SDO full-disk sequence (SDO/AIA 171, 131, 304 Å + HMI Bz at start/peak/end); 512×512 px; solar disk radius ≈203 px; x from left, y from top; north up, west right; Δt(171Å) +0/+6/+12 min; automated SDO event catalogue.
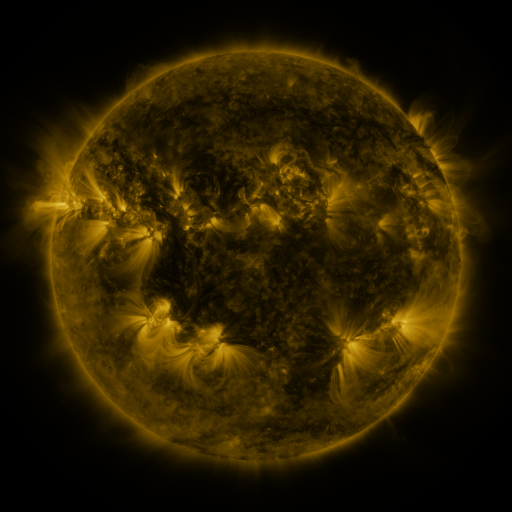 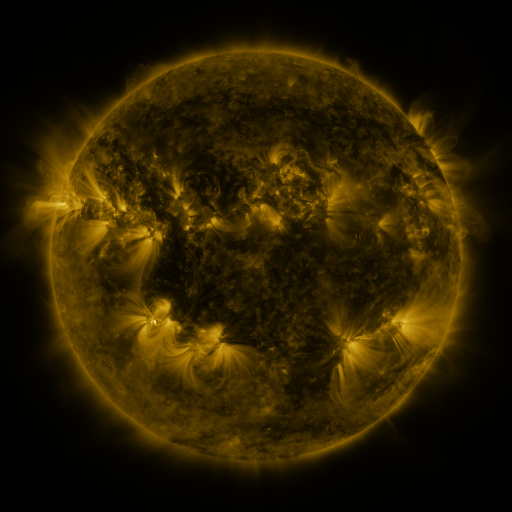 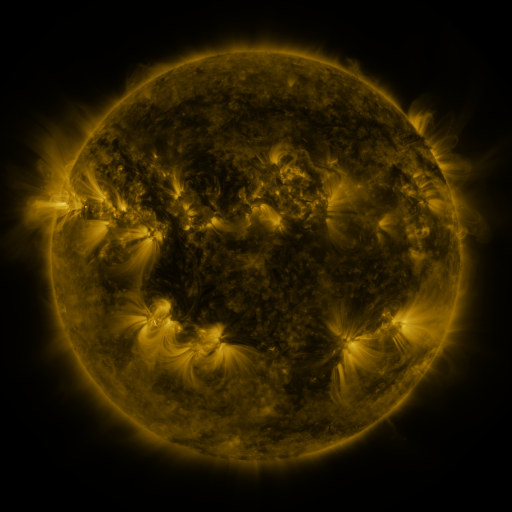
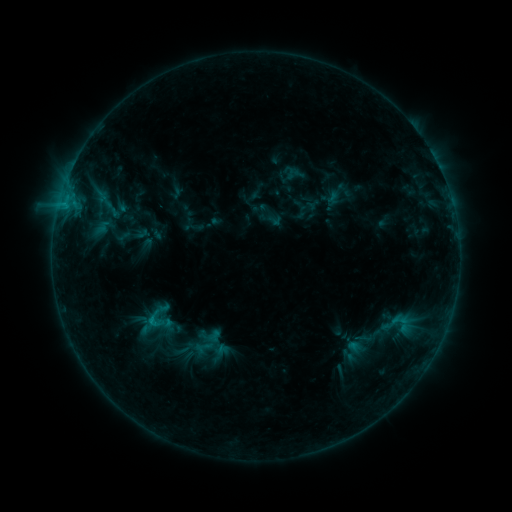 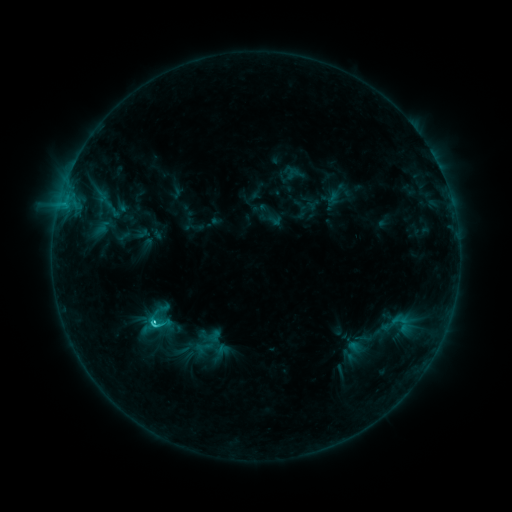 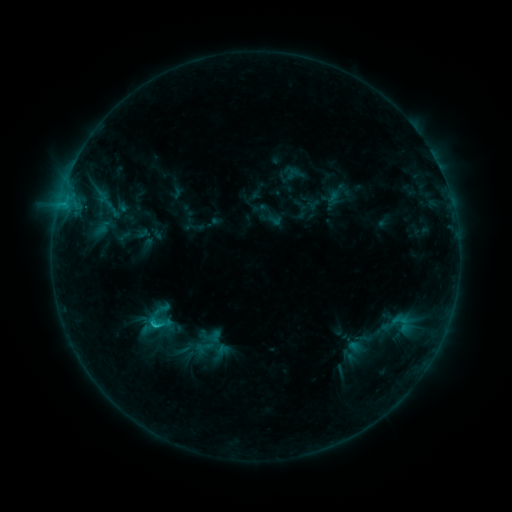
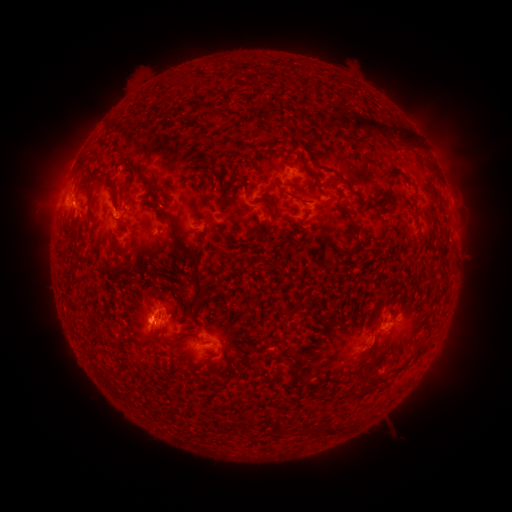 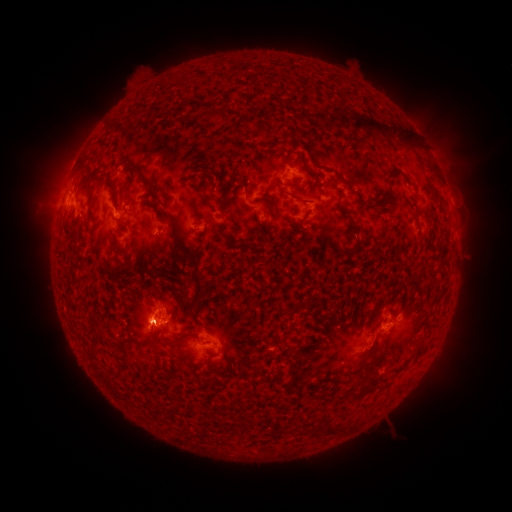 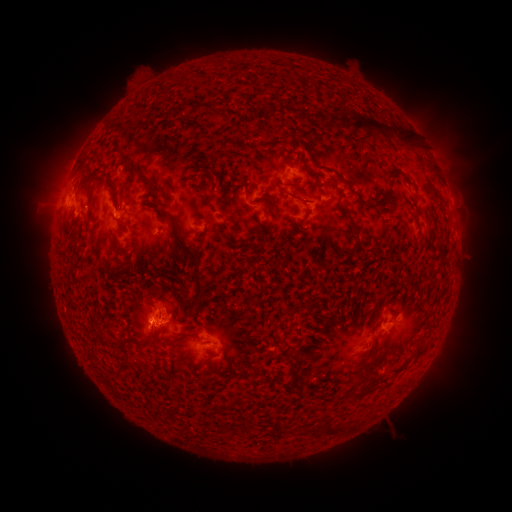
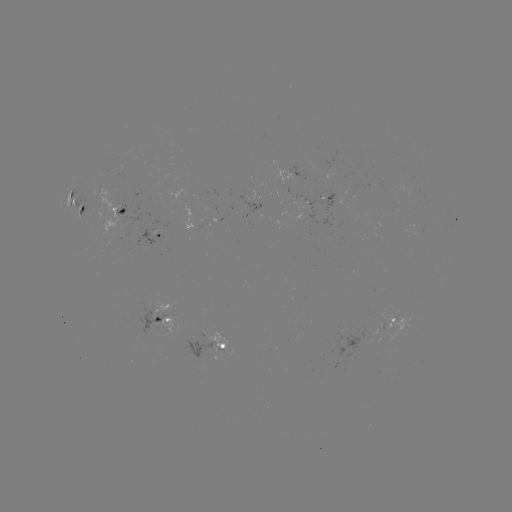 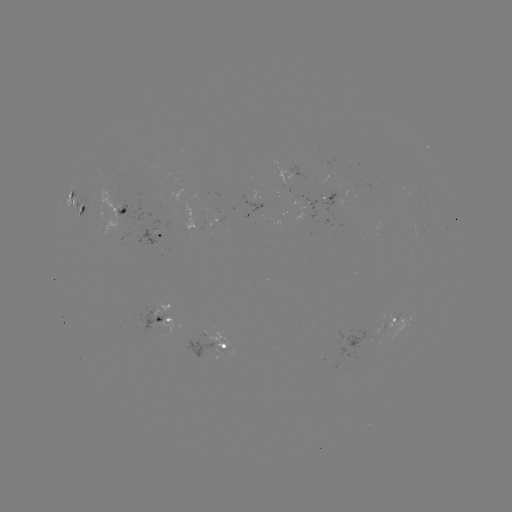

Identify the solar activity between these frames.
C1.8 flare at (155, 321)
